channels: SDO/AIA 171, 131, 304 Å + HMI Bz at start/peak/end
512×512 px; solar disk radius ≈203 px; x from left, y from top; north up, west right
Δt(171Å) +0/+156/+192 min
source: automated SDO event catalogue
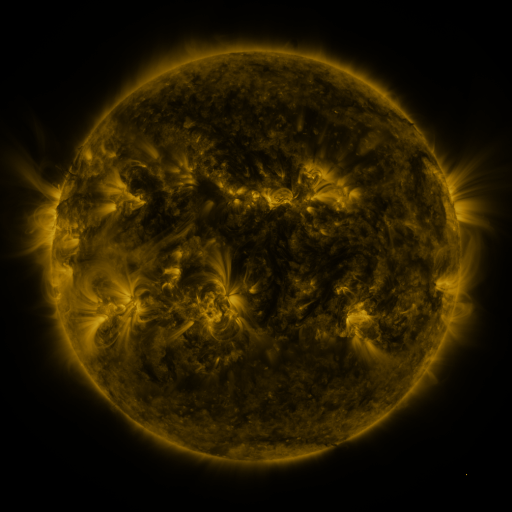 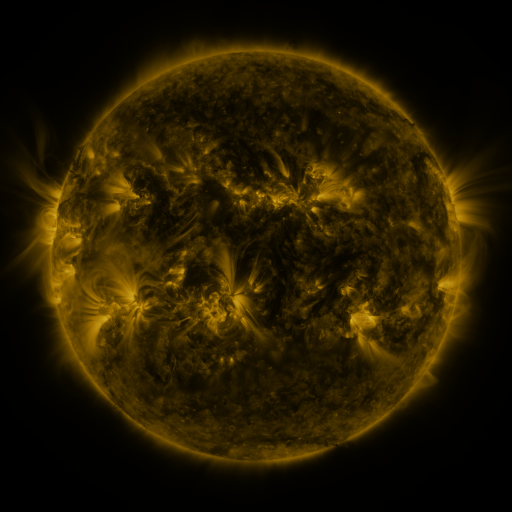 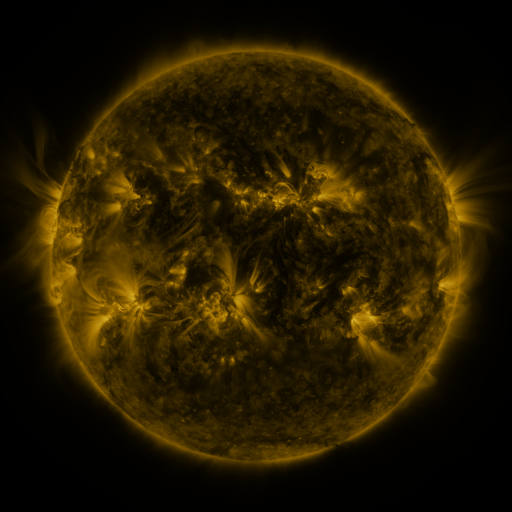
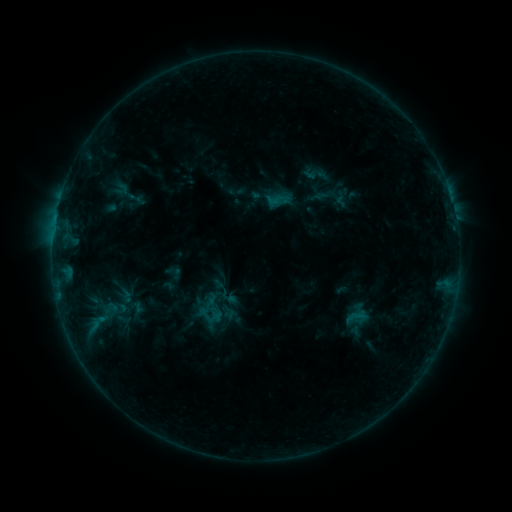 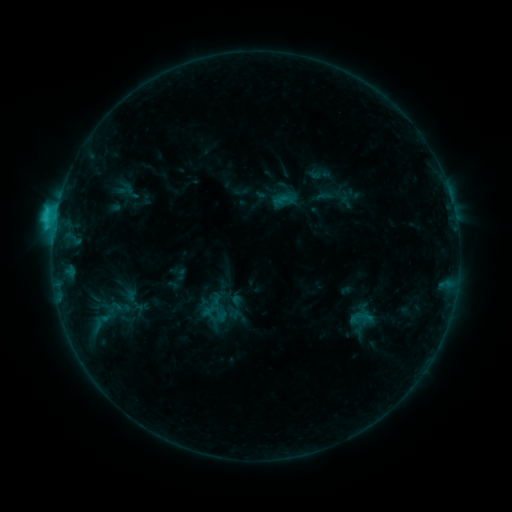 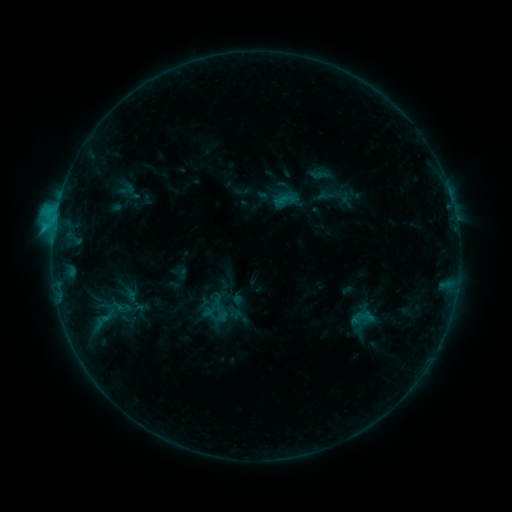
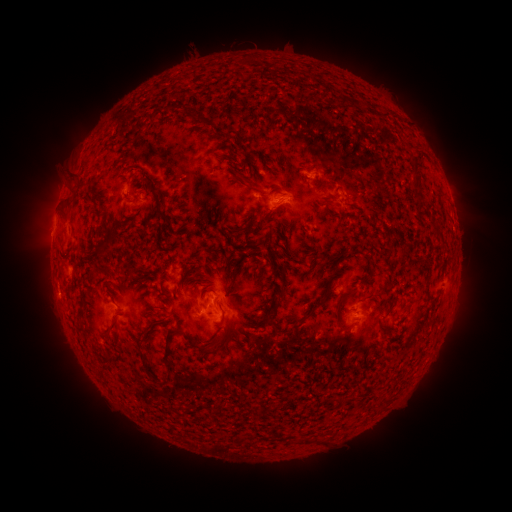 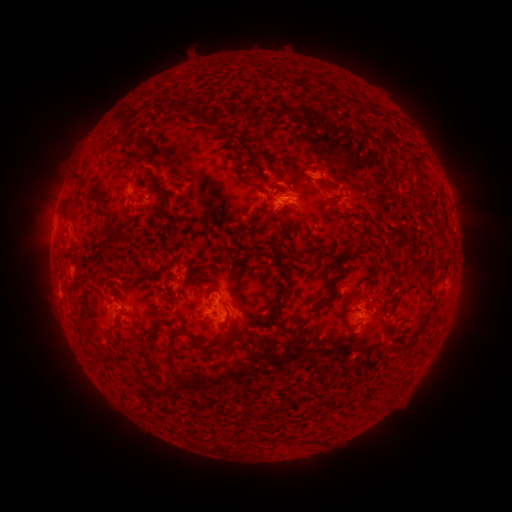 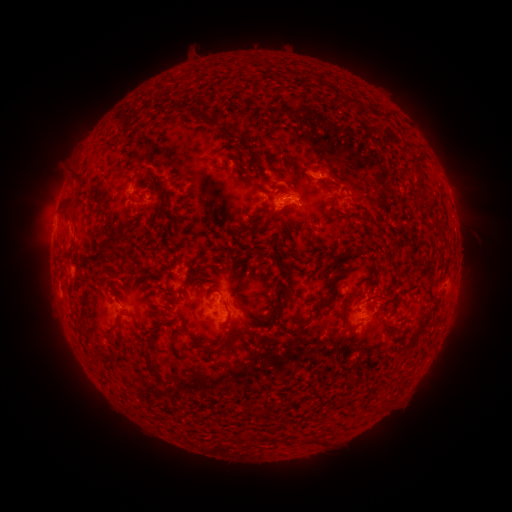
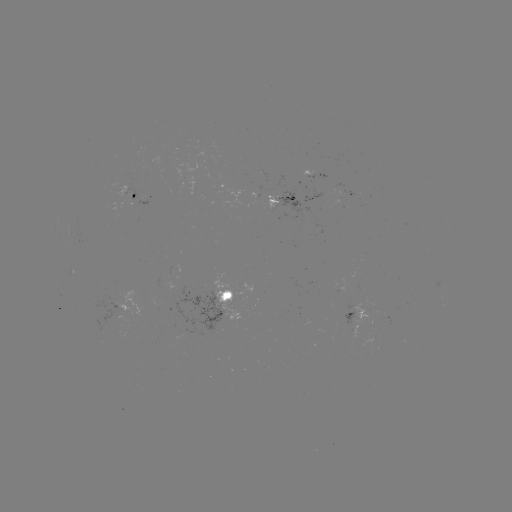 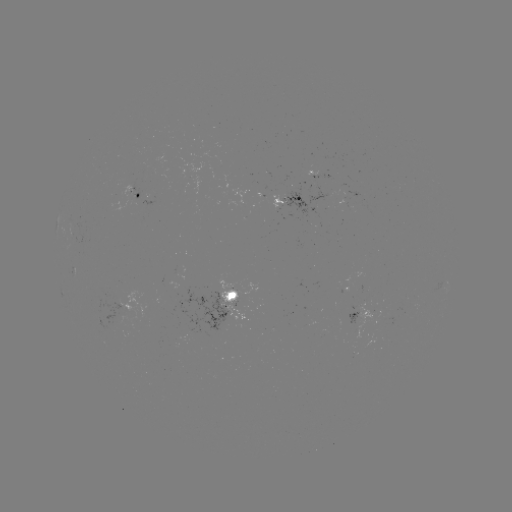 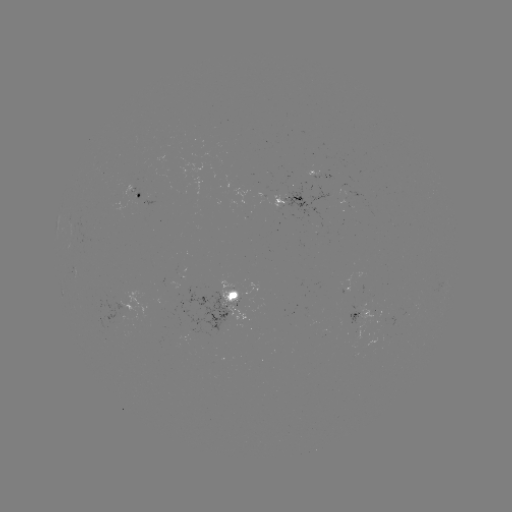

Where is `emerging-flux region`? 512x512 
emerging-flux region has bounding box [354, 281, 361, 291].